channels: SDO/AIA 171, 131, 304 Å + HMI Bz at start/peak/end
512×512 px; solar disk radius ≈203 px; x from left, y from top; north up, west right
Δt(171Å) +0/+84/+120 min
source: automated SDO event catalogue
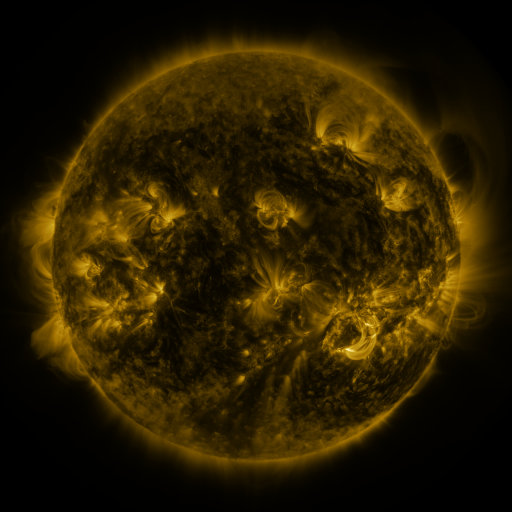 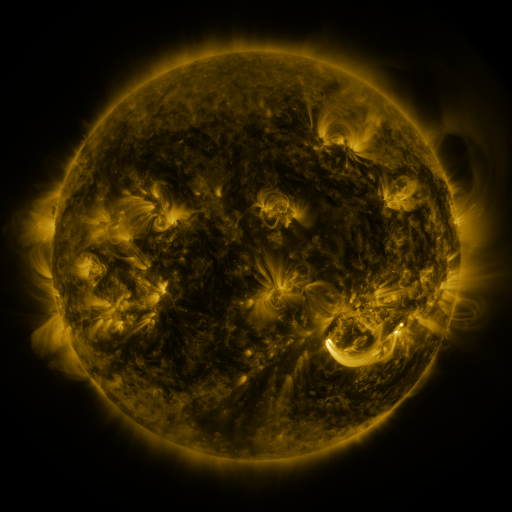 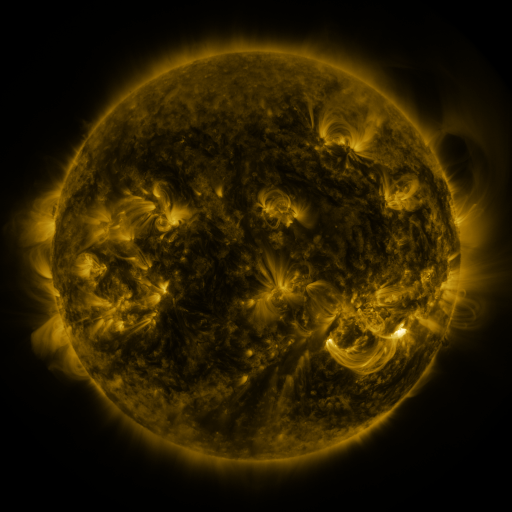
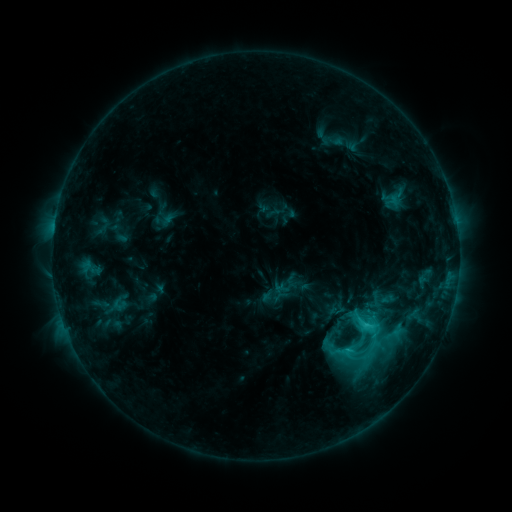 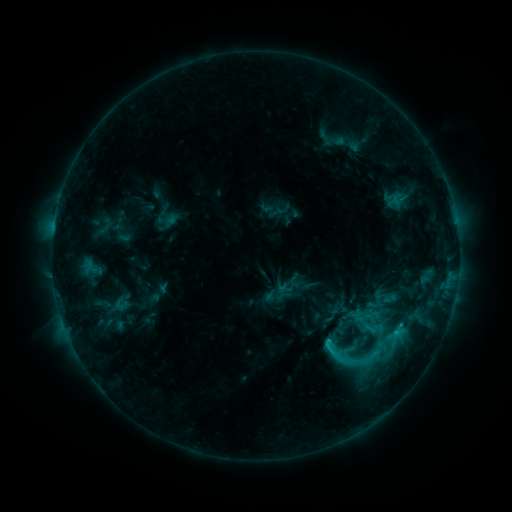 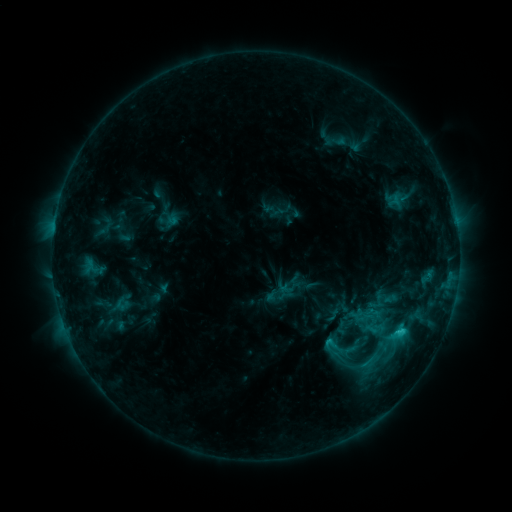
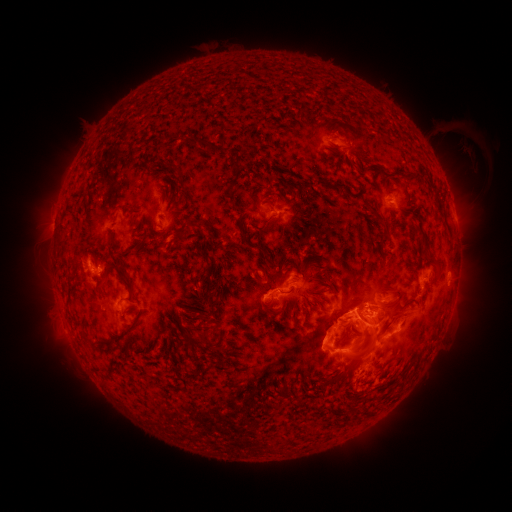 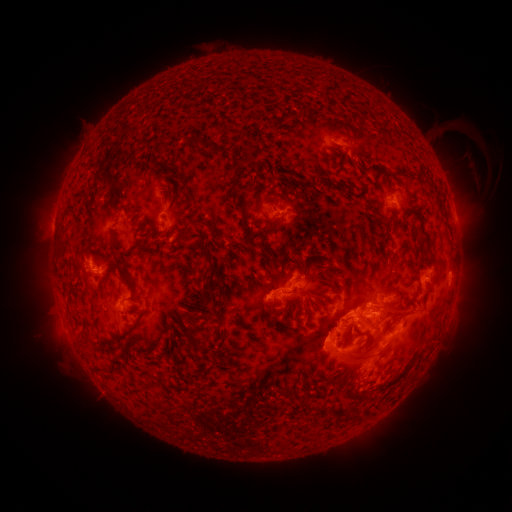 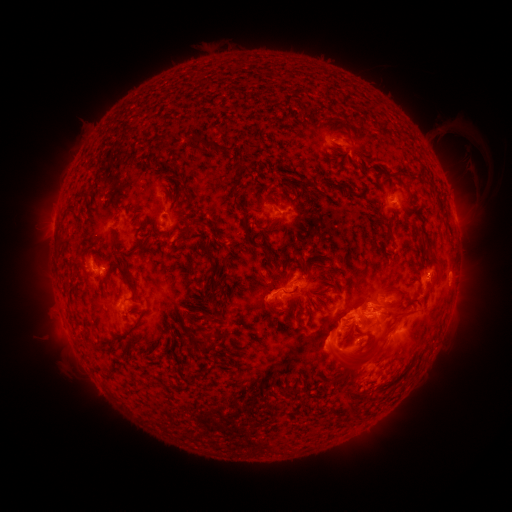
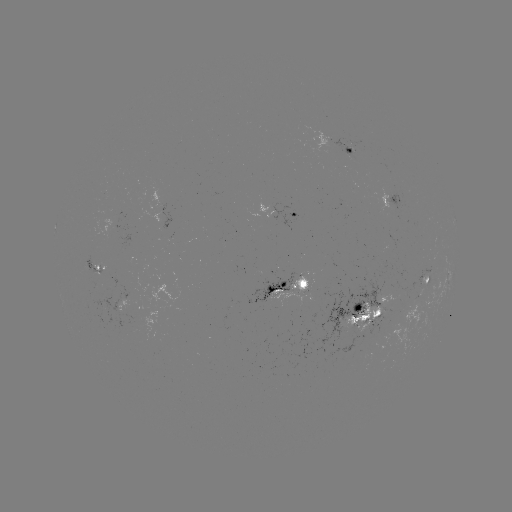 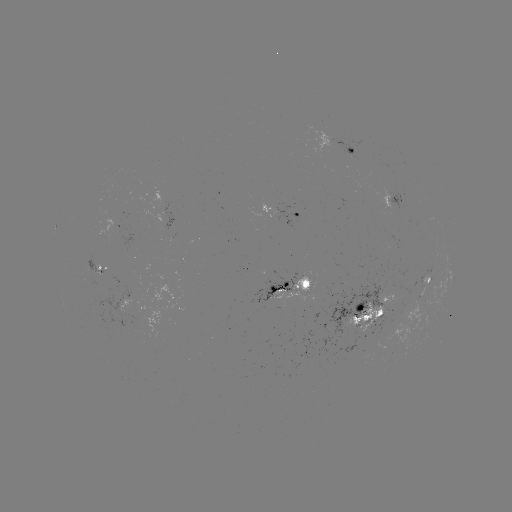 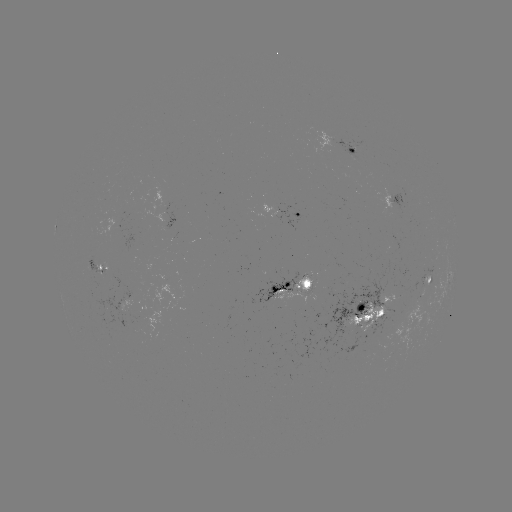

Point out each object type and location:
emerging-flux region: (303, 280)
